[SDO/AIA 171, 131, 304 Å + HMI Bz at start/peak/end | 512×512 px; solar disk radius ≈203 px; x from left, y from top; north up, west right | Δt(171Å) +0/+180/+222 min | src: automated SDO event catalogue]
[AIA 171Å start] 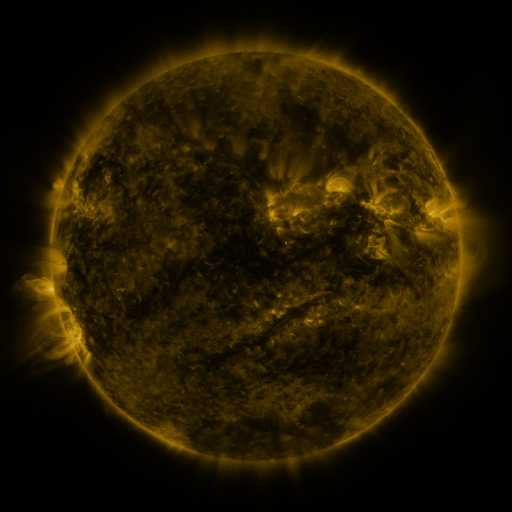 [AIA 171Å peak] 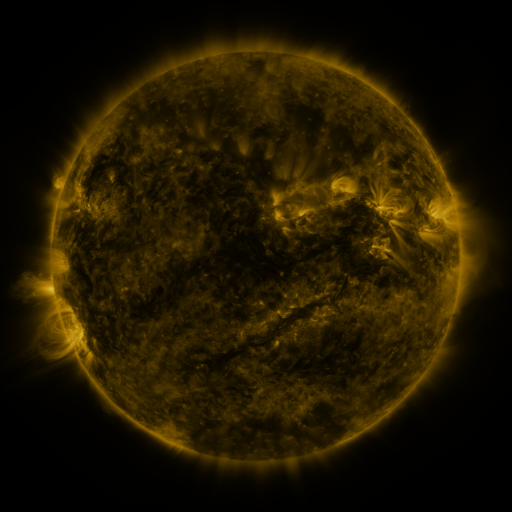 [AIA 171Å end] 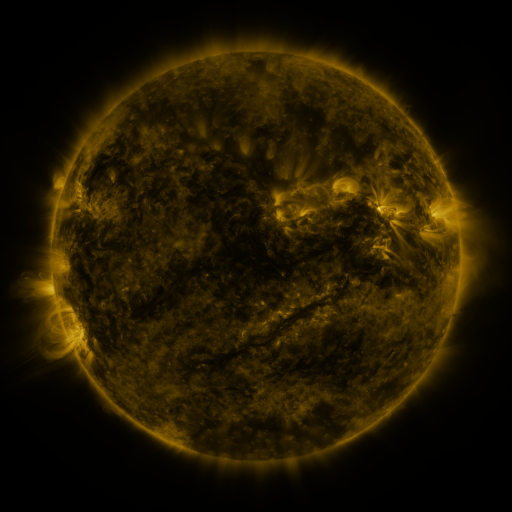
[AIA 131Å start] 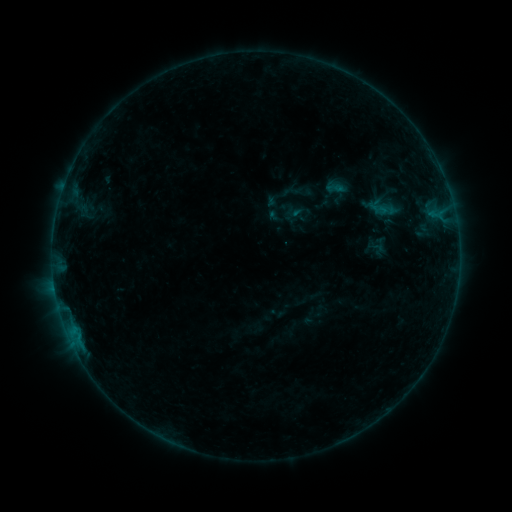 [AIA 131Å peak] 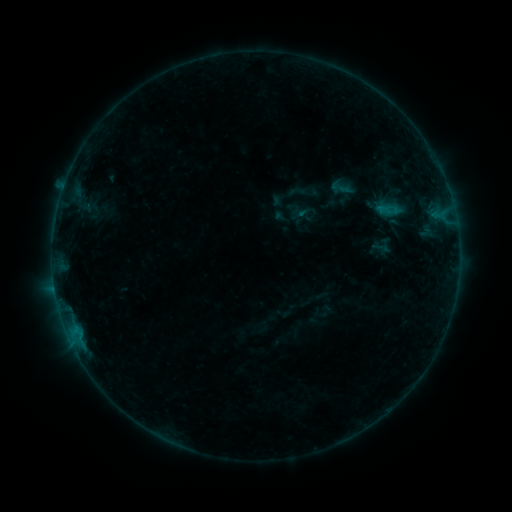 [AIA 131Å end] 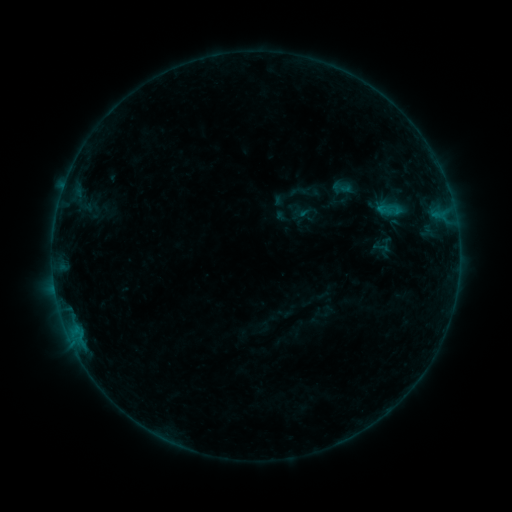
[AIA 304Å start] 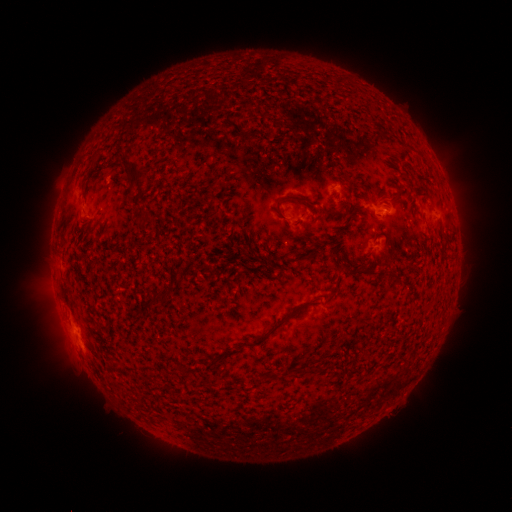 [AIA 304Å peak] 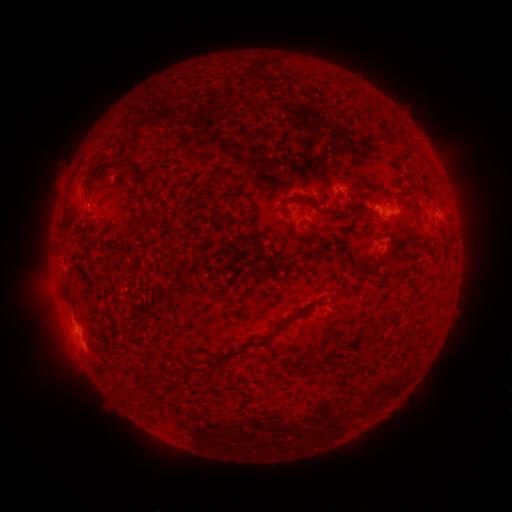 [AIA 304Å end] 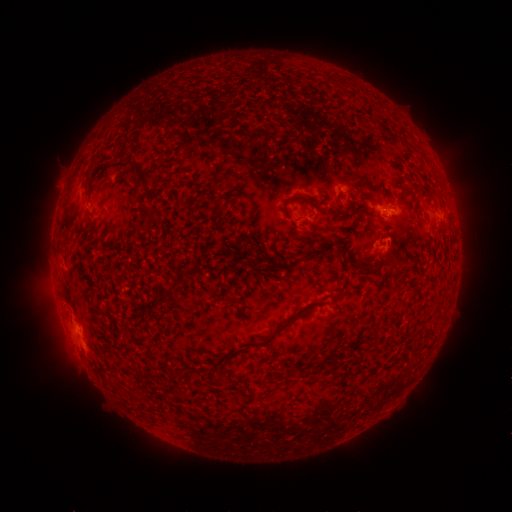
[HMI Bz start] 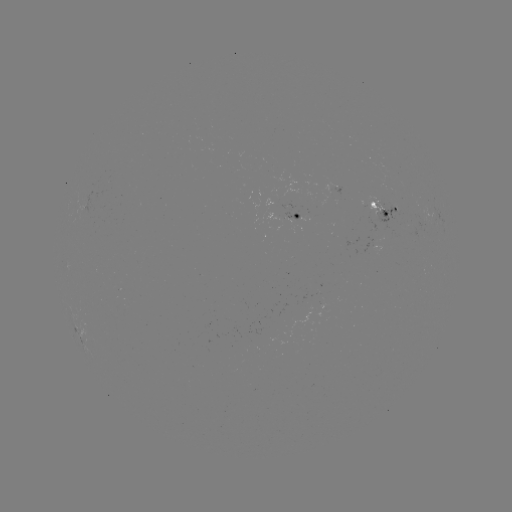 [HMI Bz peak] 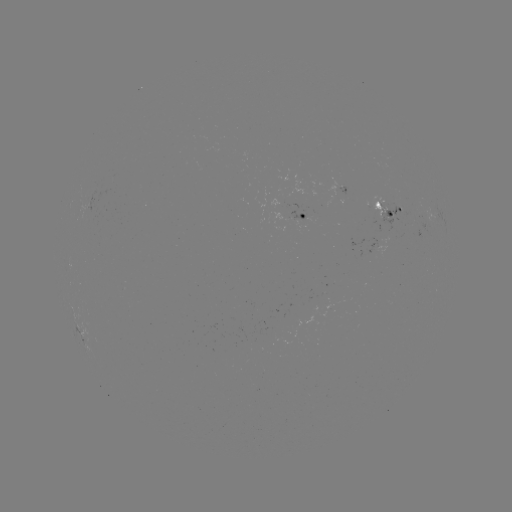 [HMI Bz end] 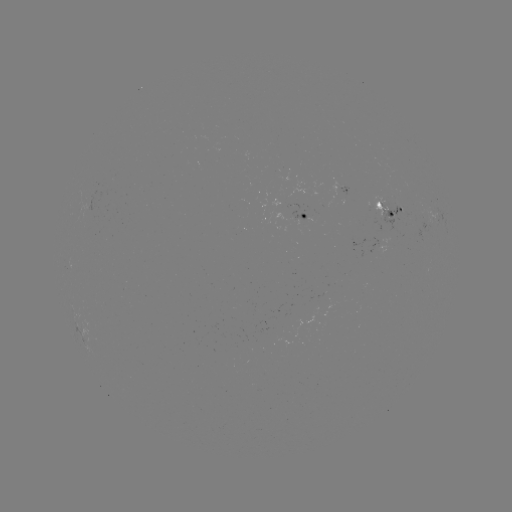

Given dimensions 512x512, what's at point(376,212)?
emerging-flux region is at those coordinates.